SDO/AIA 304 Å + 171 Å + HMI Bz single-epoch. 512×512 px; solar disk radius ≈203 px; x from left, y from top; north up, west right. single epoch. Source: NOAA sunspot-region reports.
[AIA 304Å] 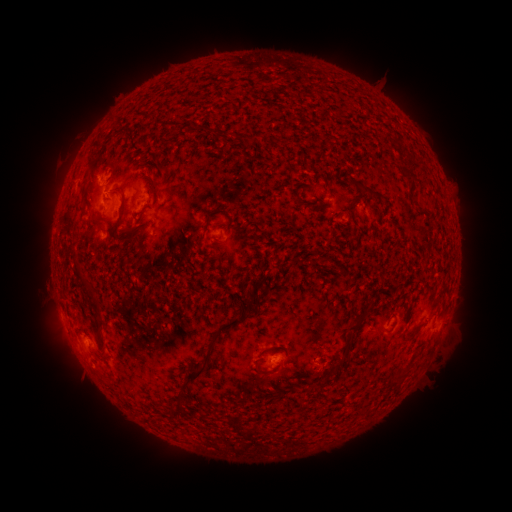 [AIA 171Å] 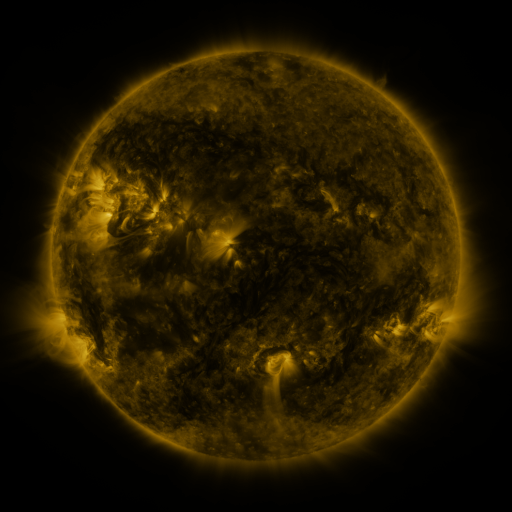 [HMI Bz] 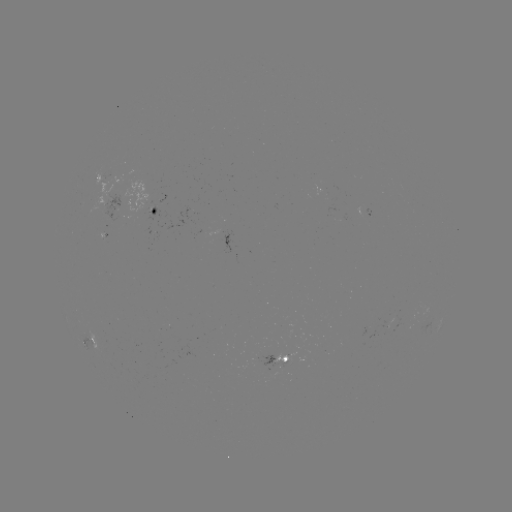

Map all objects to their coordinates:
spotted active region: (102, 177)
spotted active region: (118, 206)
spotted active region: (158, 209)
spotted active region: (372, 218)
spotted active region: (94, 339)
spotted active region: (278, 361)
